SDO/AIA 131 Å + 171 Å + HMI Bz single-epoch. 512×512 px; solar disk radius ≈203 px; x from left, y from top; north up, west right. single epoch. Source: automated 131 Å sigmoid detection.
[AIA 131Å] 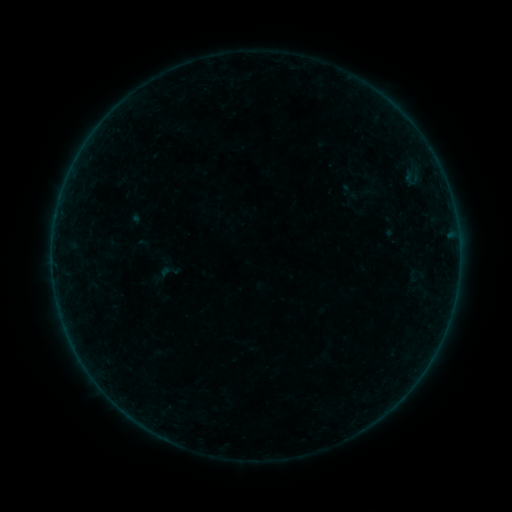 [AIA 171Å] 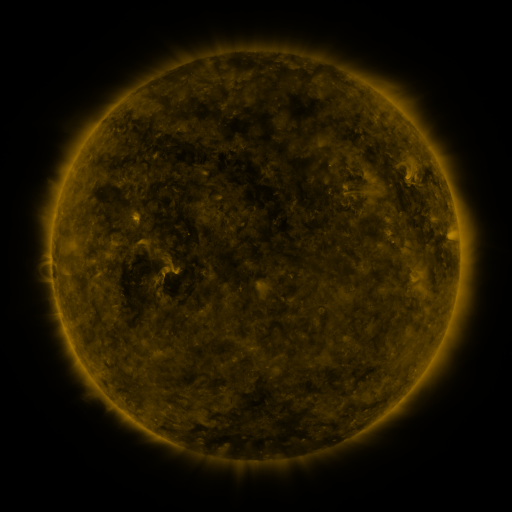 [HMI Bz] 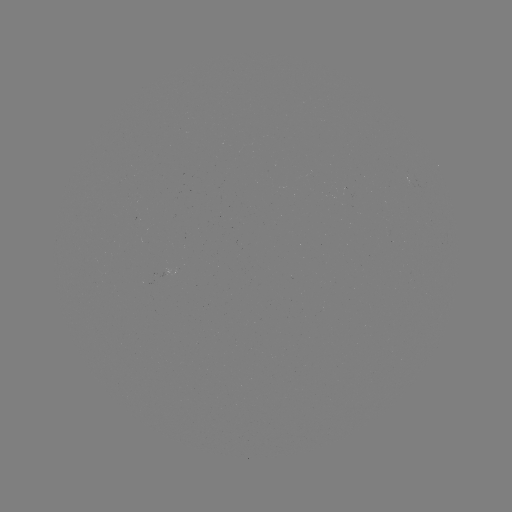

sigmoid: (156, 260, 182, 283)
